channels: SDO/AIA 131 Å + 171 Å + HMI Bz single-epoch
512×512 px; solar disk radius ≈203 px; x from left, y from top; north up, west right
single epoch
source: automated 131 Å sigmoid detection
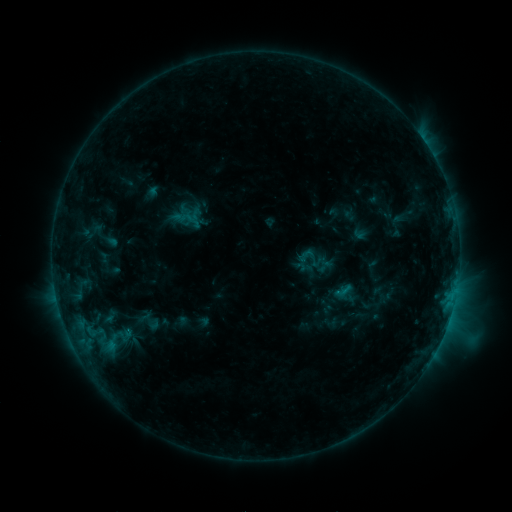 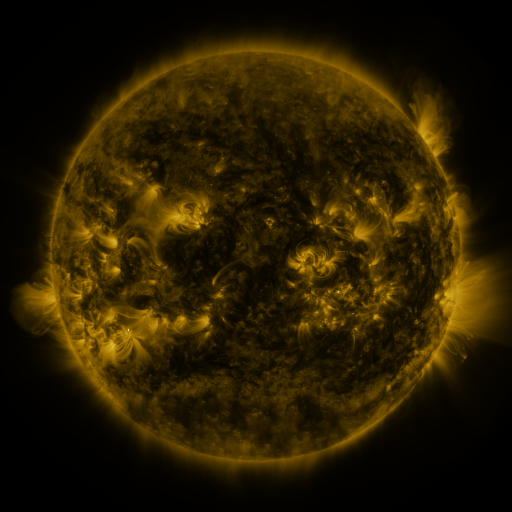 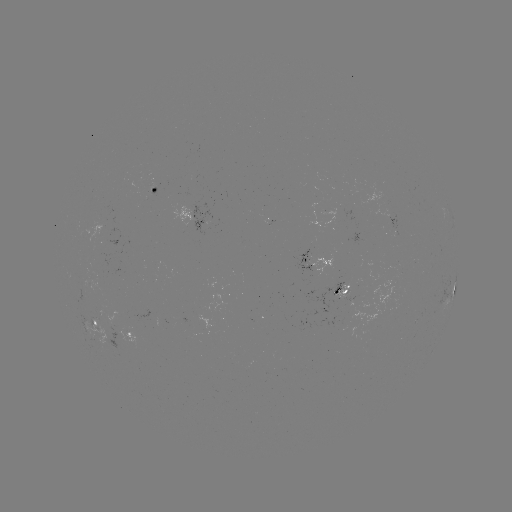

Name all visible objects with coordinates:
sigmoid: (306, 256)
